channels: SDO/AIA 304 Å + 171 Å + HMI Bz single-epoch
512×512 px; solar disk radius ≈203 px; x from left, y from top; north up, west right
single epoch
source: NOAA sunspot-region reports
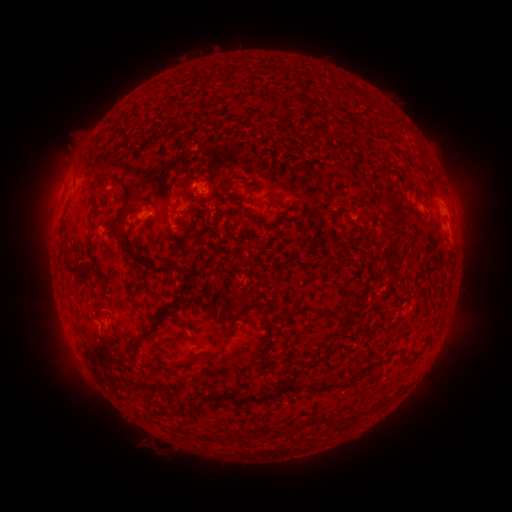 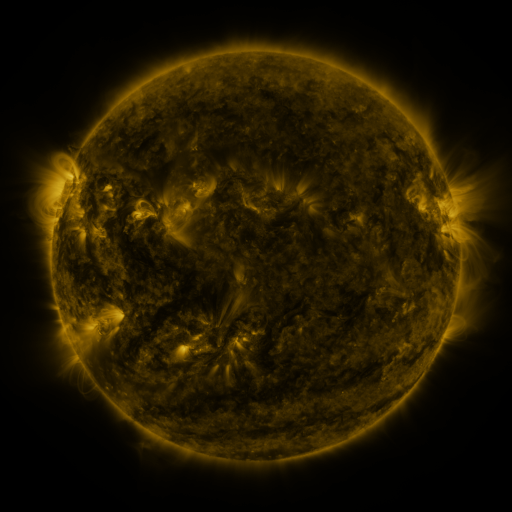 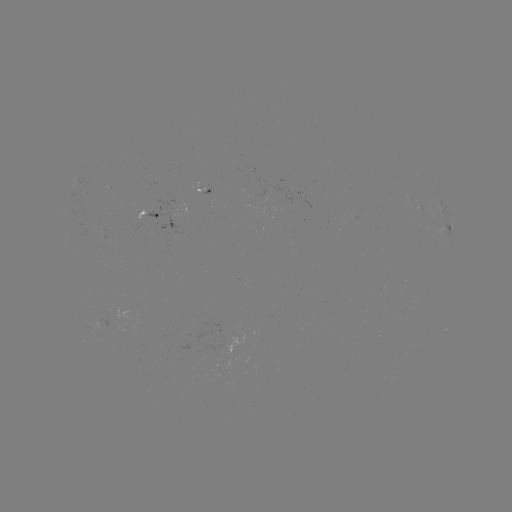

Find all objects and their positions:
spotted active region: (150, 213)
spotted active region: (449, 213)
spotted active region: (450, 231)
